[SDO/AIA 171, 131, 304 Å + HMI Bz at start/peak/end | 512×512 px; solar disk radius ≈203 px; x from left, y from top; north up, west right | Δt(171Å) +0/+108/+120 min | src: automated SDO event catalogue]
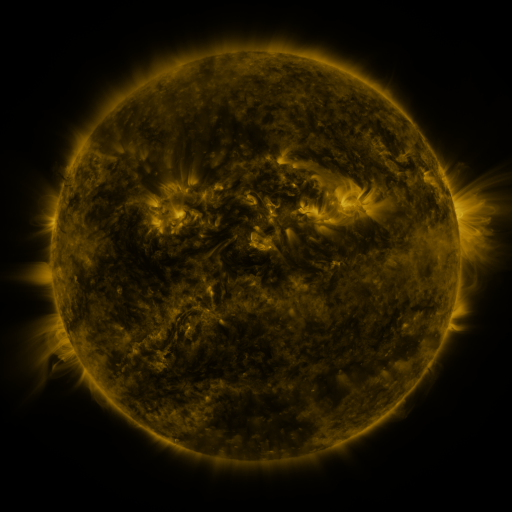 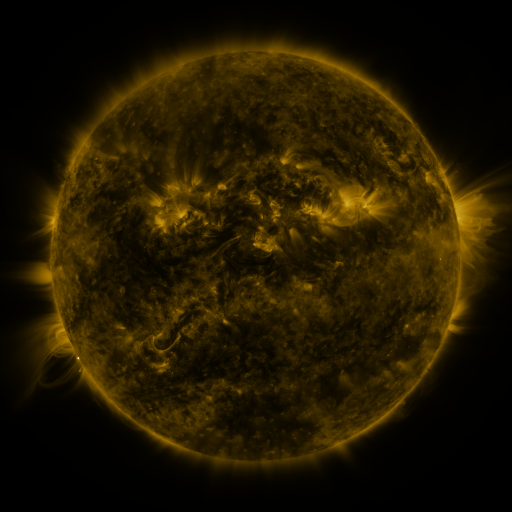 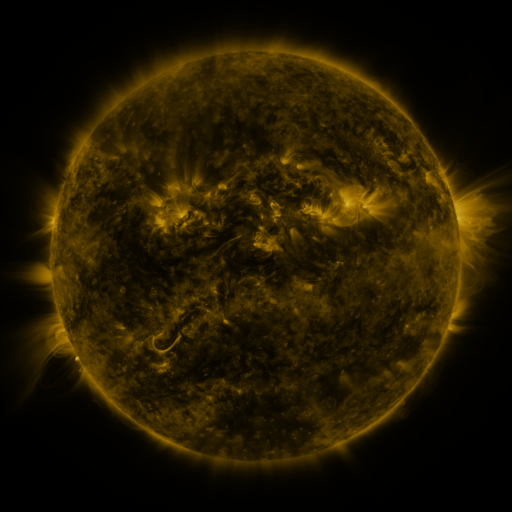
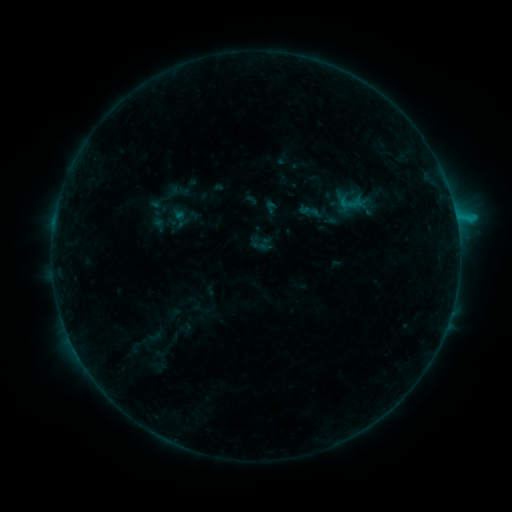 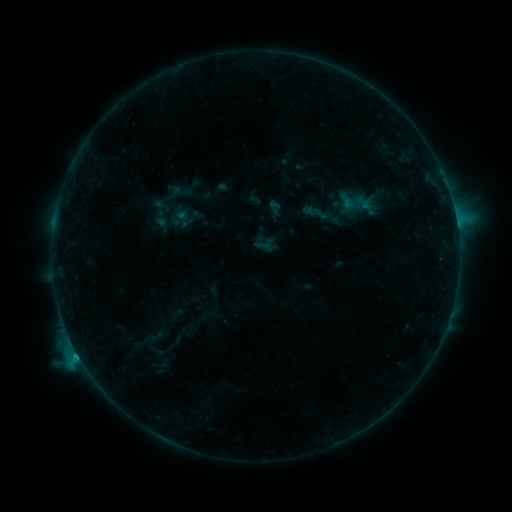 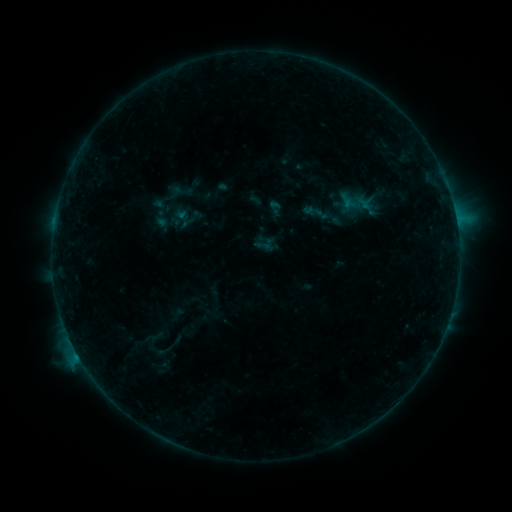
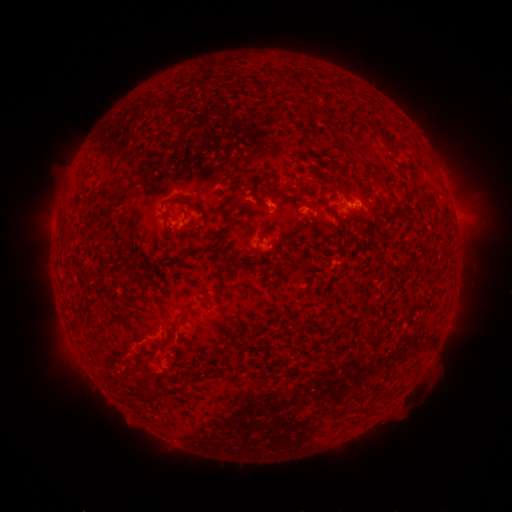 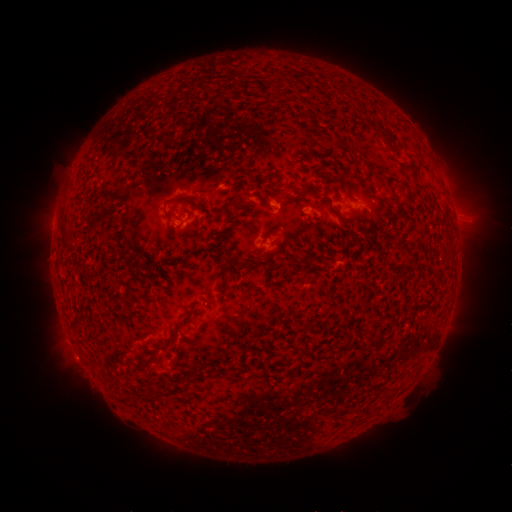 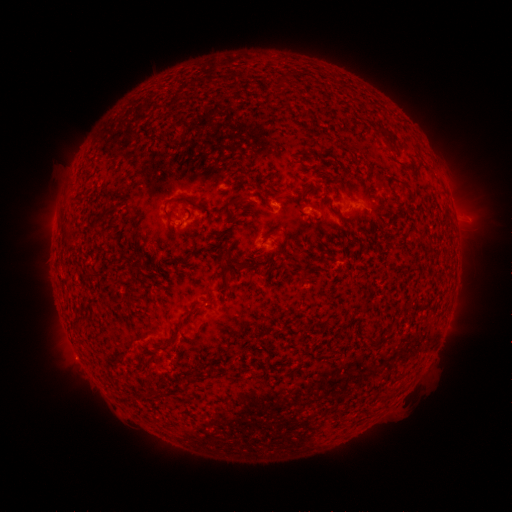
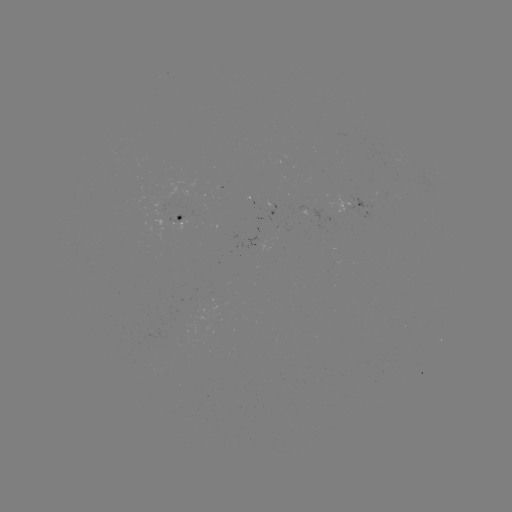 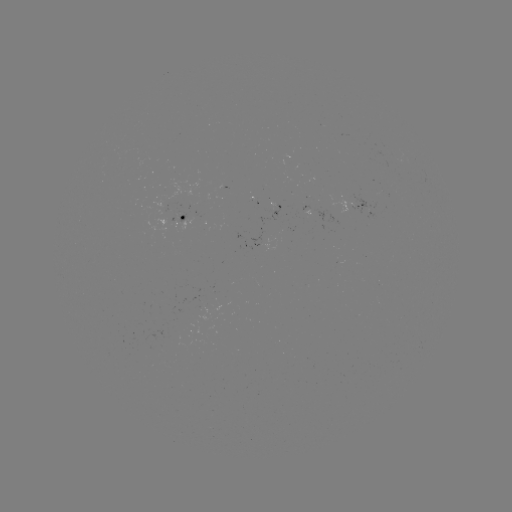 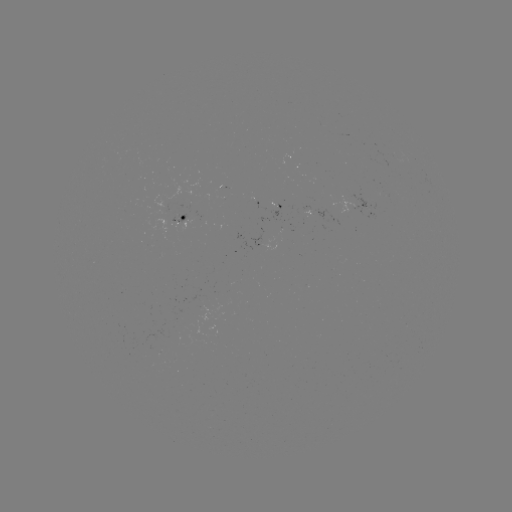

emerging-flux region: [156, 208, 166, 237]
